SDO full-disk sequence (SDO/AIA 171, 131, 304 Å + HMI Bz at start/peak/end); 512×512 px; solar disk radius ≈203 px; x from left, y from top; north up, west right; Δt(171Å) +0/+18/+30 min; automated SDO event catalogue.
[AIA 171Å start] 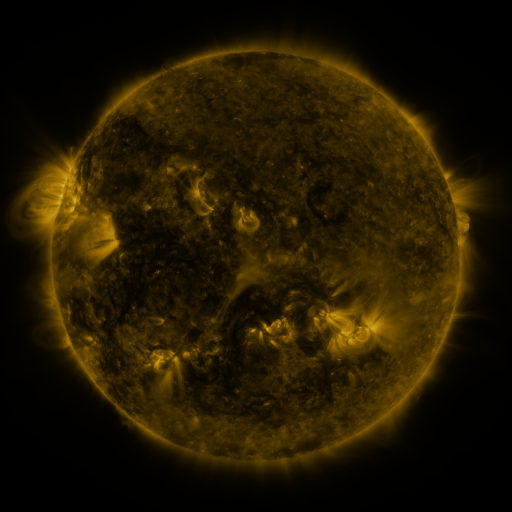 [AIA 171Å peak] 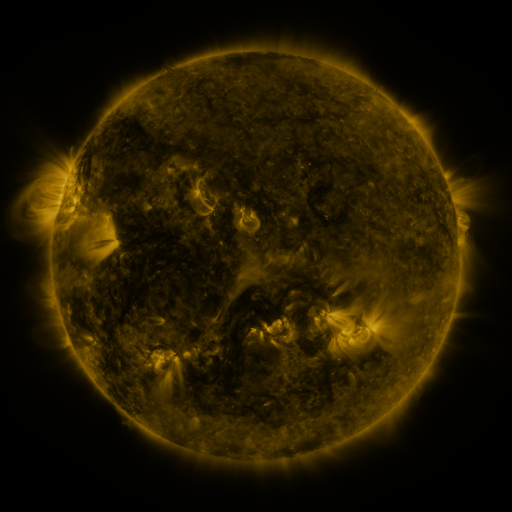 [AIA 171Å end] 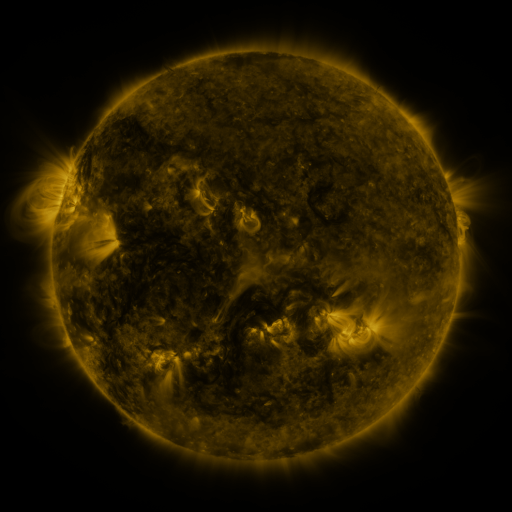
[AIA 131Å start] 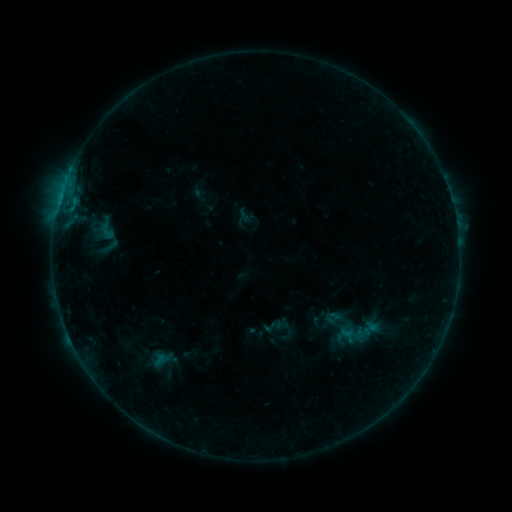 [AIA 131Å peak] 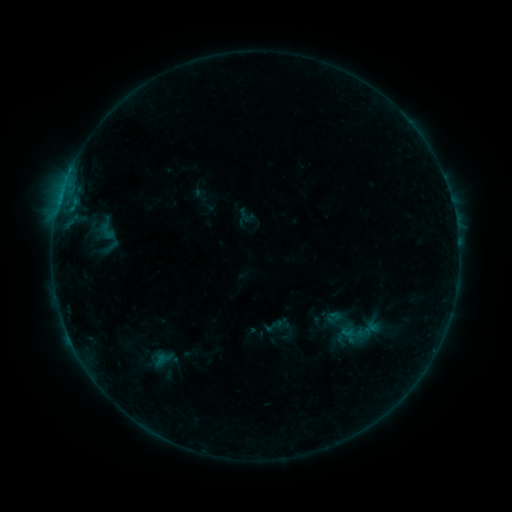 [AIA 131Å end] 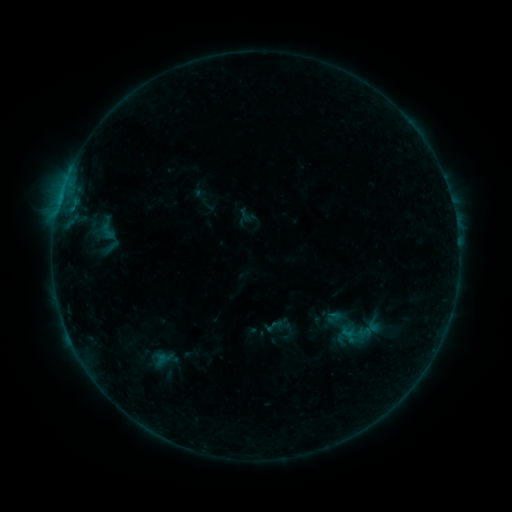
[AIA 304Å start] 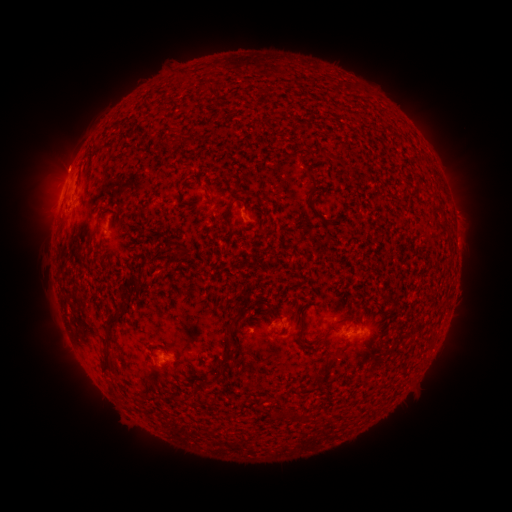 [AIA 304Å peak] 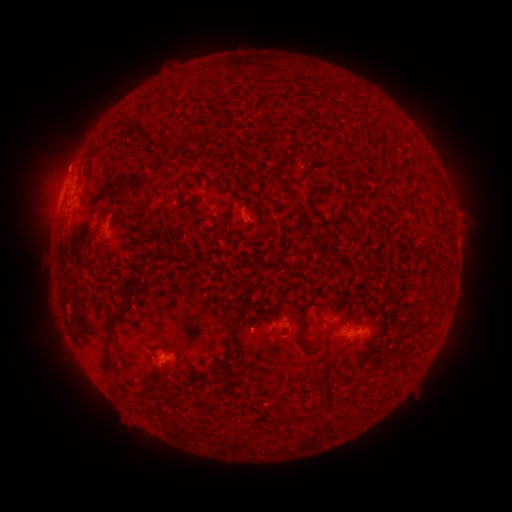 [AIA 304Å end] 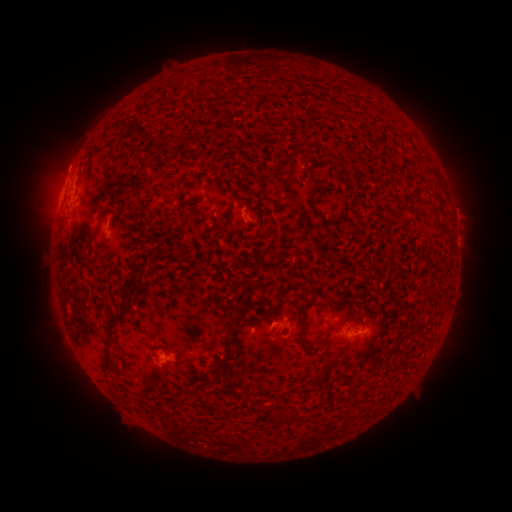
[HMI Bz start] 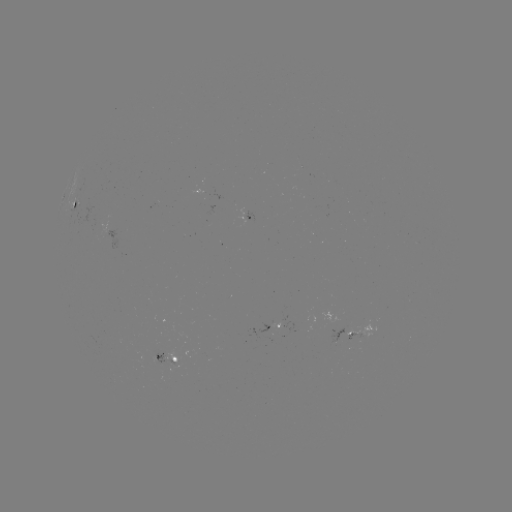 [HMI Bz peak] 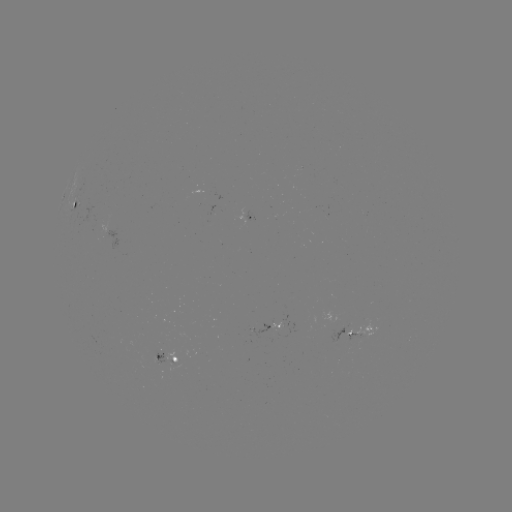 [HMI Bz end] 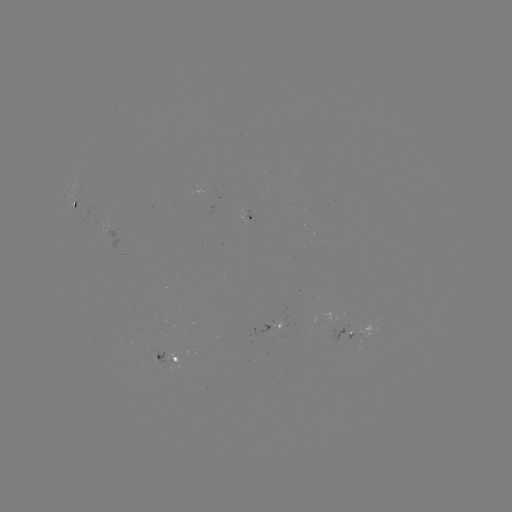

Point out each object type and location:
eruption: (464, 212)
